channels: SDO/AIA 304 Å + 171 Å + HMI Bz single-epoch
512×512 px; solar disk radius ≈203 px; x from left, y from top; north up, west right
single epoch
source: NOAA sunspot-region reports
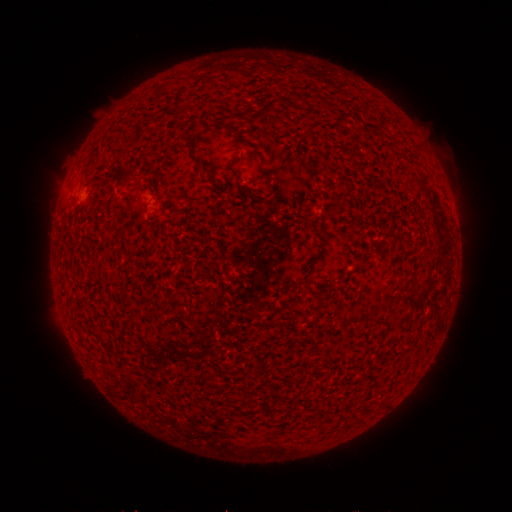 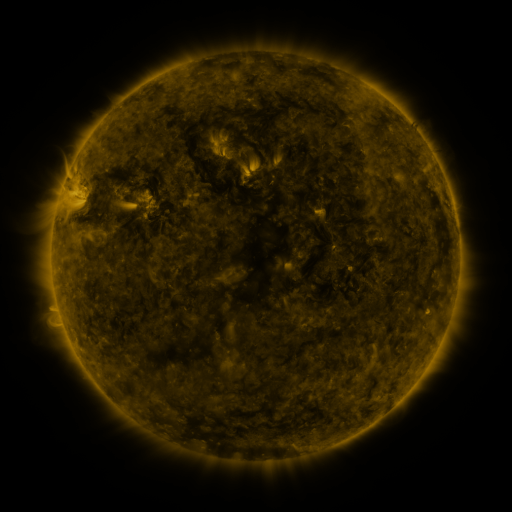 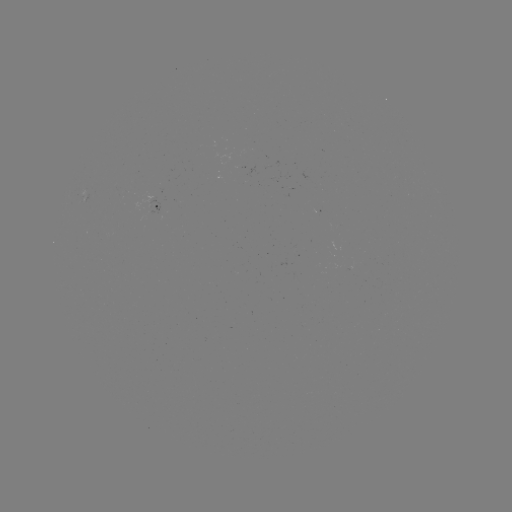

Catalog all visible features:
spotted active region: (158, 206)
